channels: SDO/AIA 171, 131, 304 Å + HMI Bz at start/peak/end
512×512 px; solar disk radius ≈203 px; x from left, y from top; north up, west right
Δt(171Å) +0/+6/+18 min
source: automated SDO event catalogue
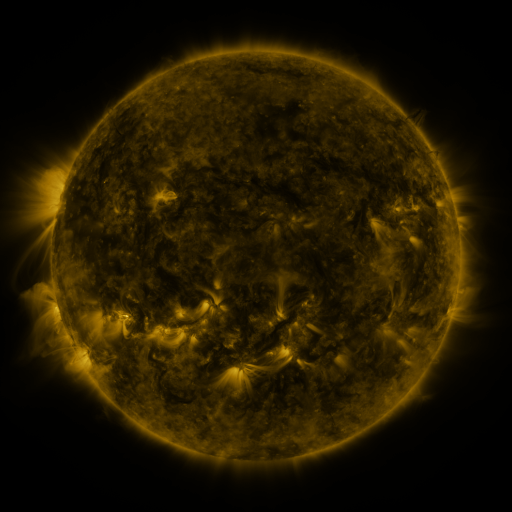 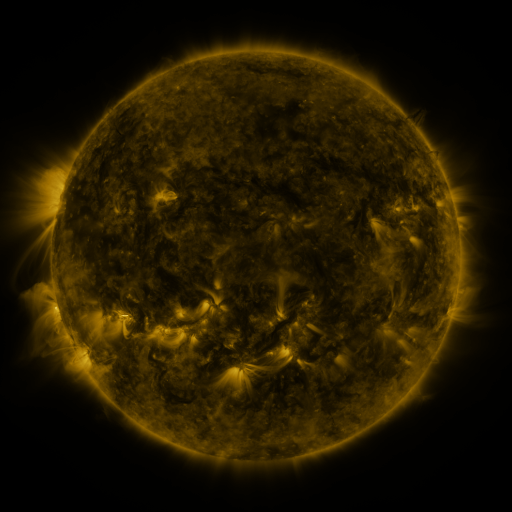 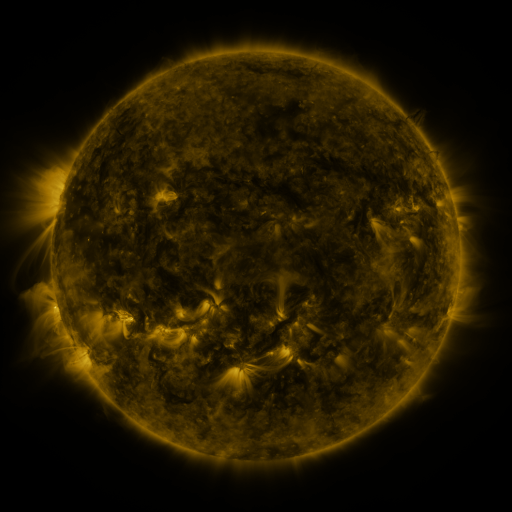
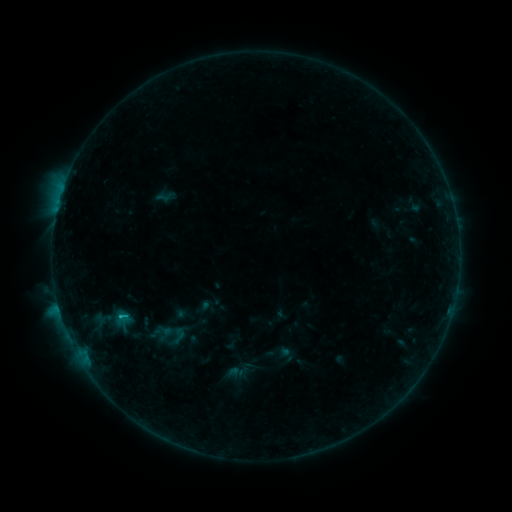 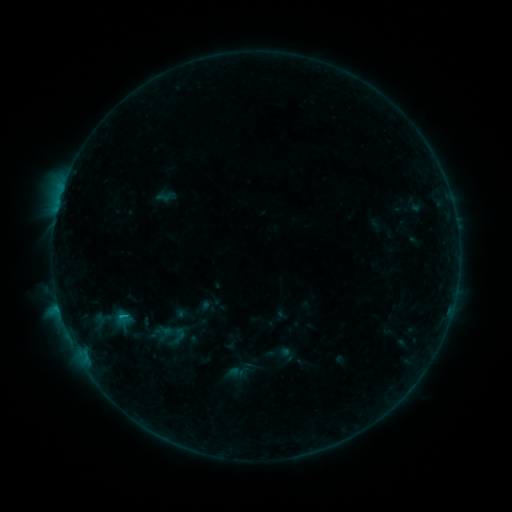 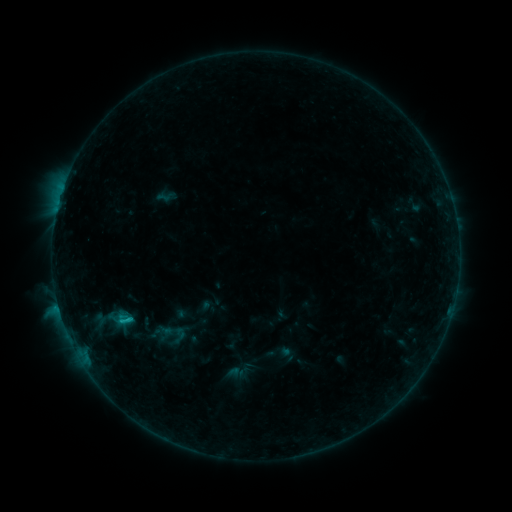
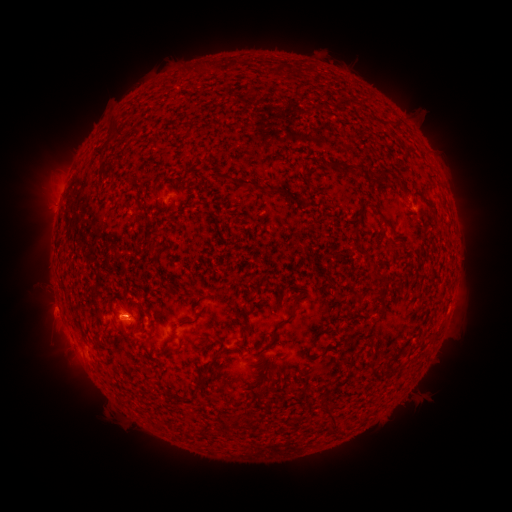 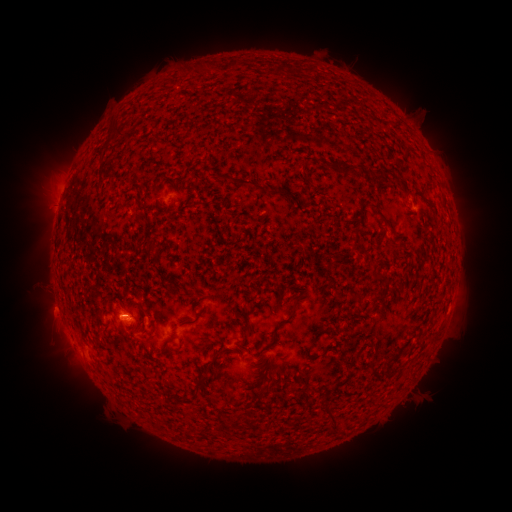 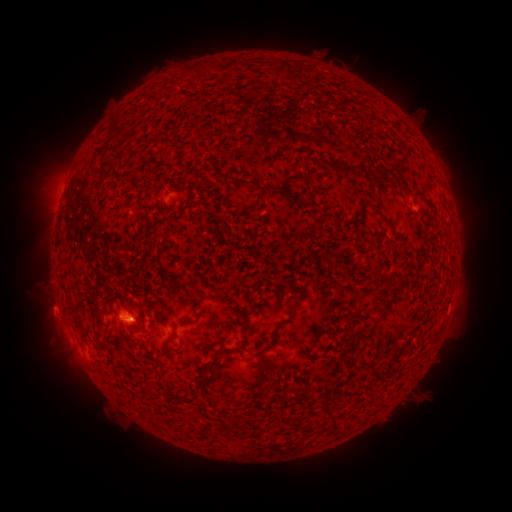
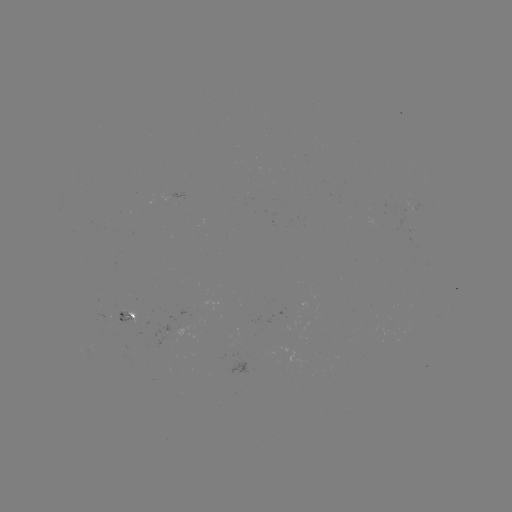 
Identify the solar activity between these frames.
C1.4 flare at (130, 318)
